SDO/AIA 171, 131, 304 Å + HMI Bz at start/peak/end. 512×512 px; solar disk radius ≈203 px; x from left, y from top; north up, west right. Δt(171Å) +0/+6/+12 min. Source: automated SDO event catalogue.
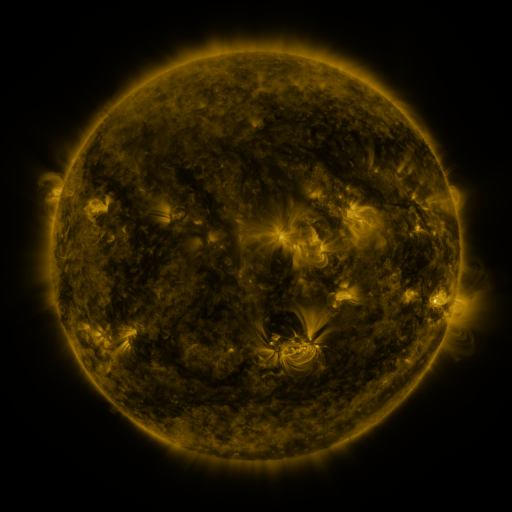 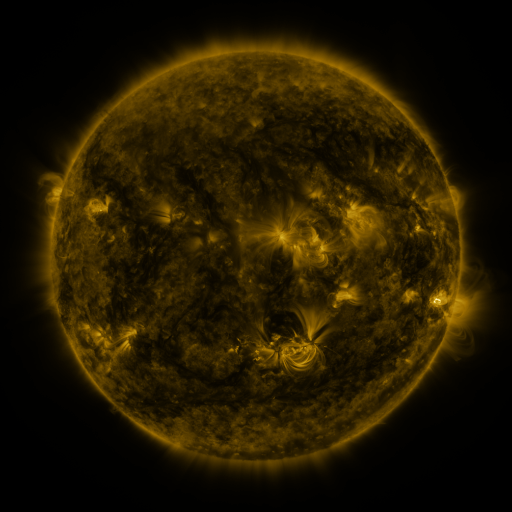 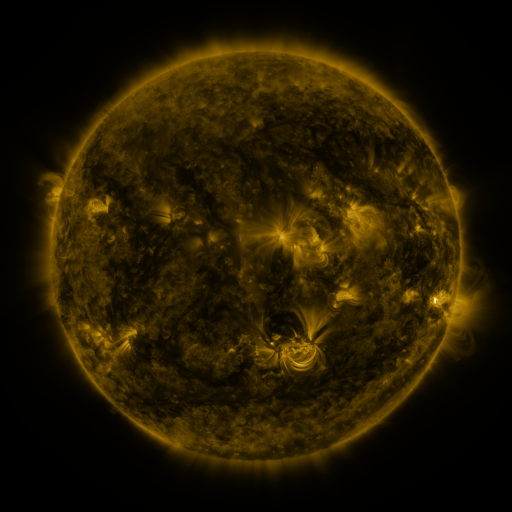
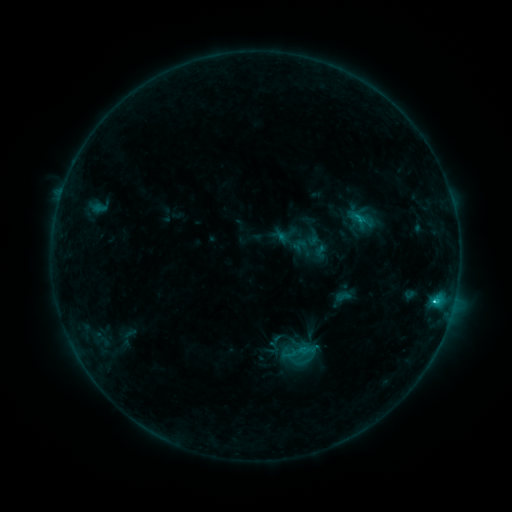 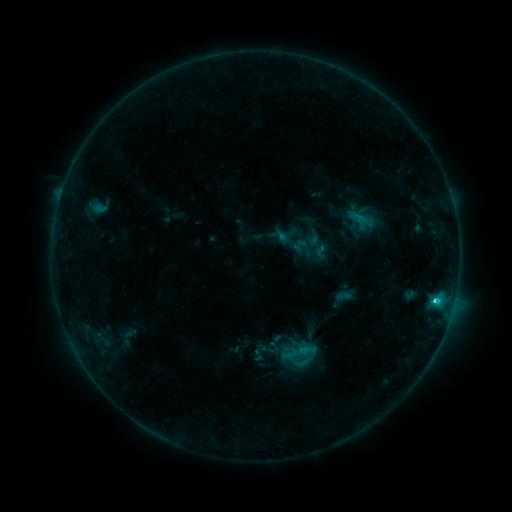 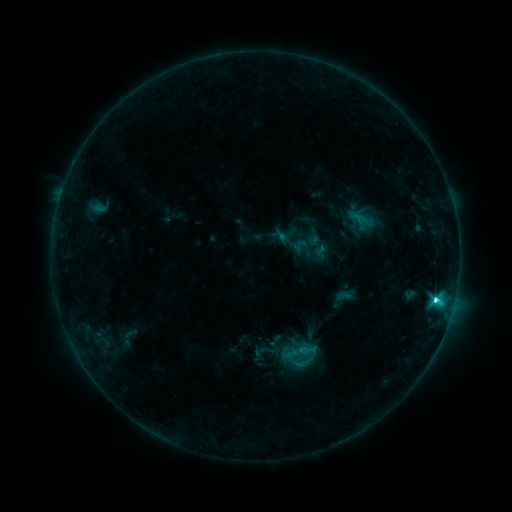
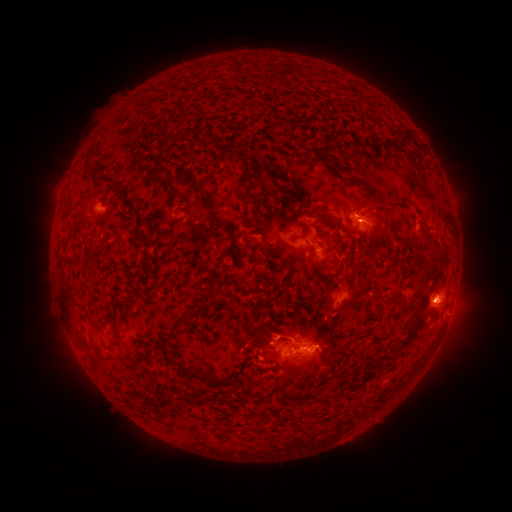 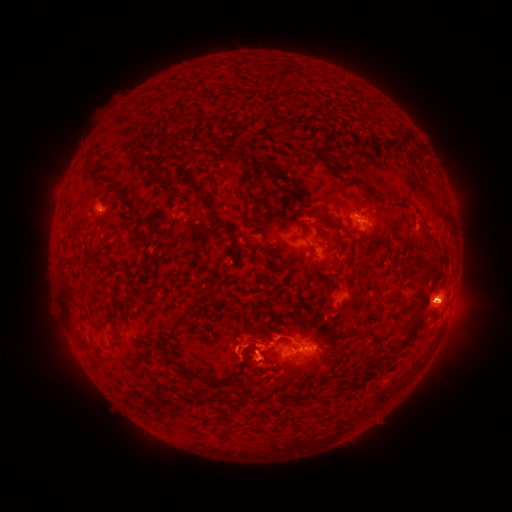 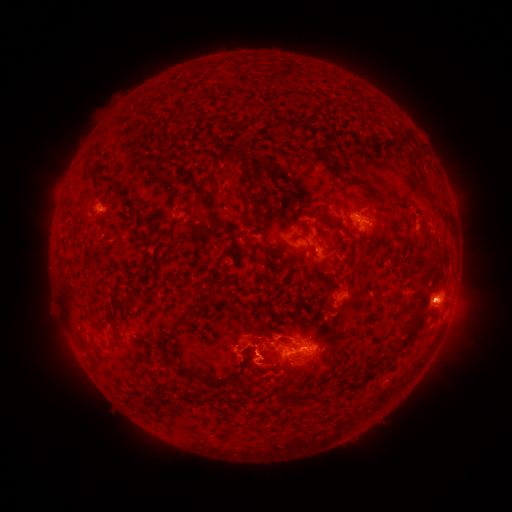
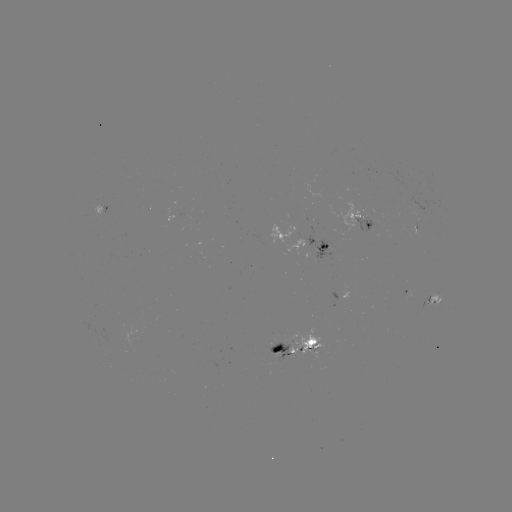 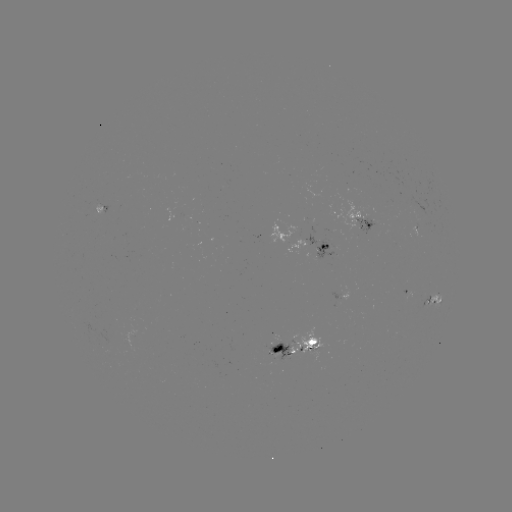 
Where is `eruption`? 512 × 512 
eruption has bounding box [204, 317, 288, 386].